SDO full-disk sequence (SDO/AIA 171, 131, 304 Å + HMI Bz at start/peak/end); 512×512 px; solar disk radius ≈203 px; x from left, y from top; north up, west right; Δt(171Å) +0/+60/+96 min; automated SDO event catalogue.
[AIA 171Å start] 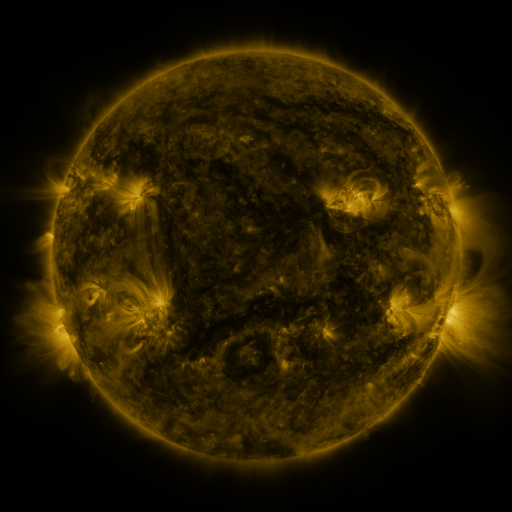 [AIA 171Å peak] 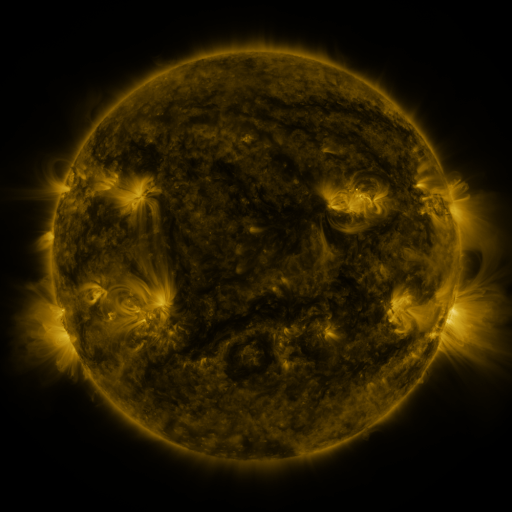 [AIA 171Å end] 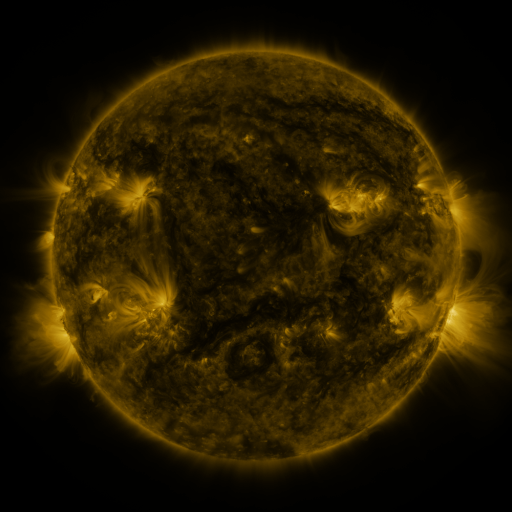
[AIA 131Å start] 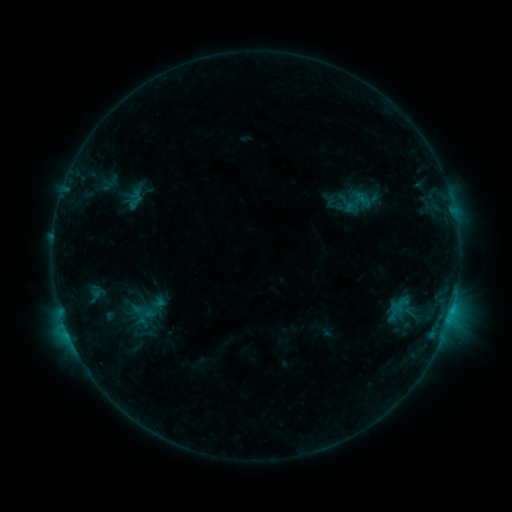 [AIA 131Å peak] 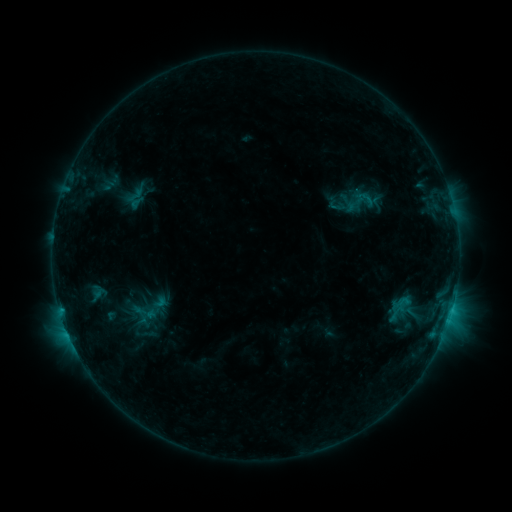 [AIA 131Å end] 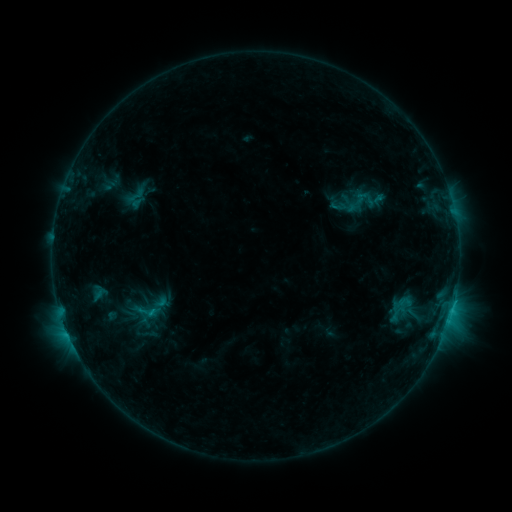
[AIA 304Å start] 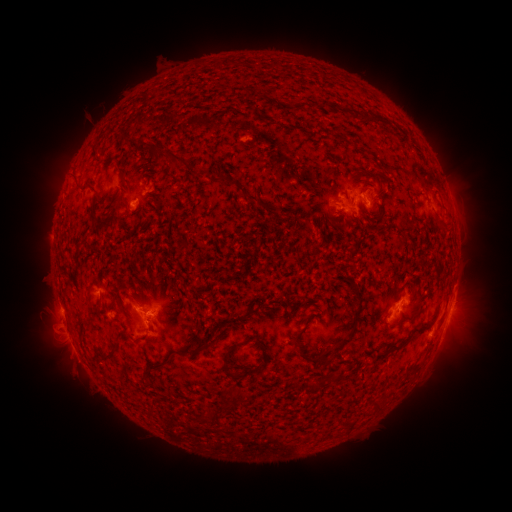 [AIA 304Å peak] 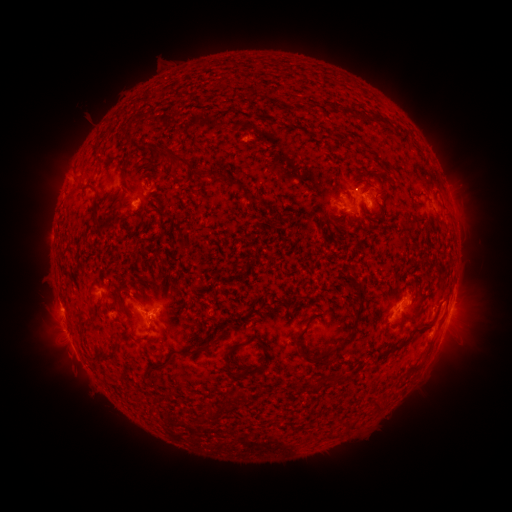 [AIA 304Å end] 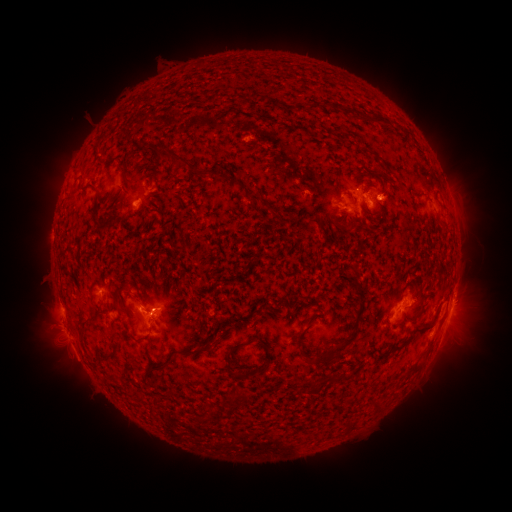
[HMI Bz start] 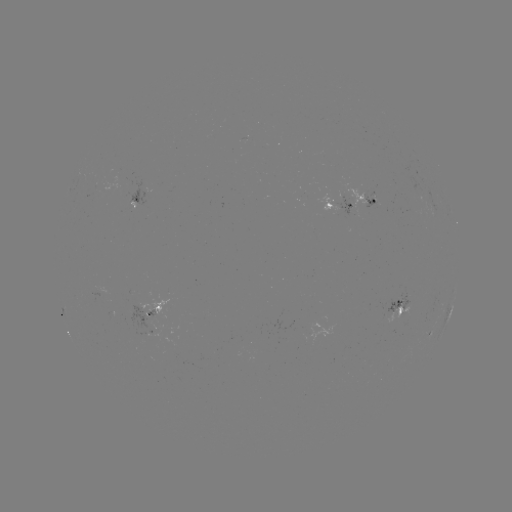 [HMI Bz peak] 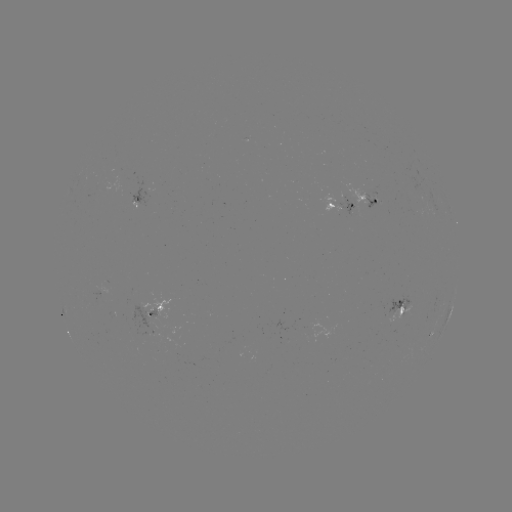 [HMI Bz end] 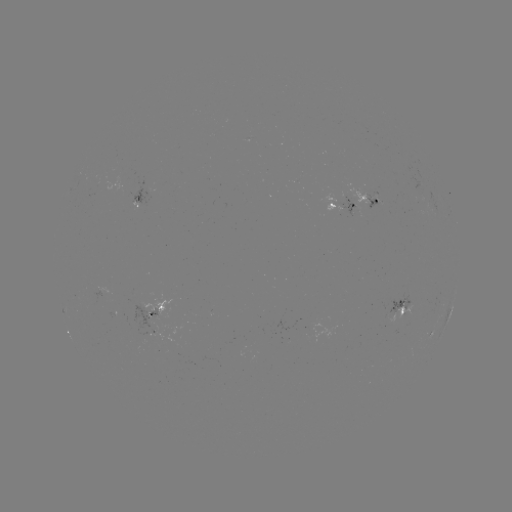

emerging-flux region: [146, 309, 160, 321]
